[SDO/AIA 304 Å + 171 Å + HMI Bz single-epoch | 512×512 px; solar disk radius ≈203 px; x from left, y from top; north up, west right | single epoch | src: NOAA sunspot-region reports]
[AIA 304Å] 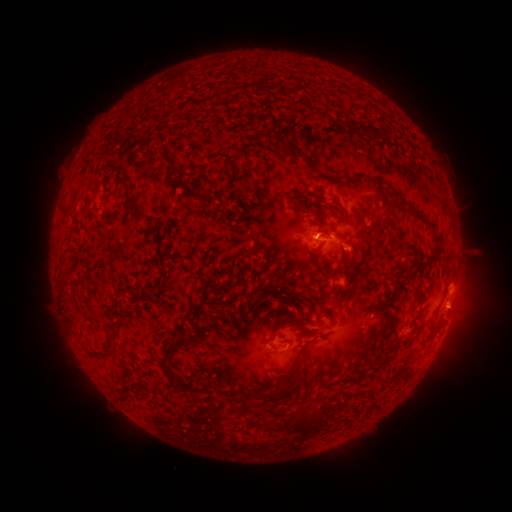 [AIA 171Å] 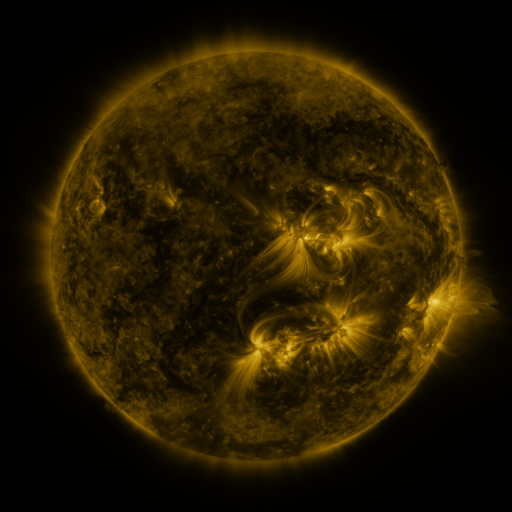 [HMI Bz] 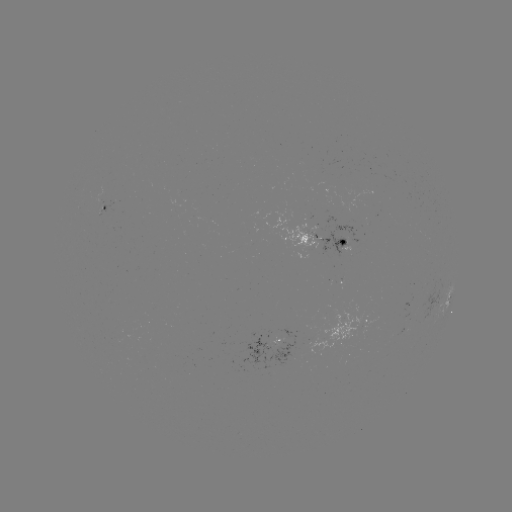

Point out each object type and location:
spotted active region: (104, 207)
spotted active region: (321, 241)
spotted active region: (448, 299)
spotted active region: (366, 323)
spotted active region: (282, 339)
